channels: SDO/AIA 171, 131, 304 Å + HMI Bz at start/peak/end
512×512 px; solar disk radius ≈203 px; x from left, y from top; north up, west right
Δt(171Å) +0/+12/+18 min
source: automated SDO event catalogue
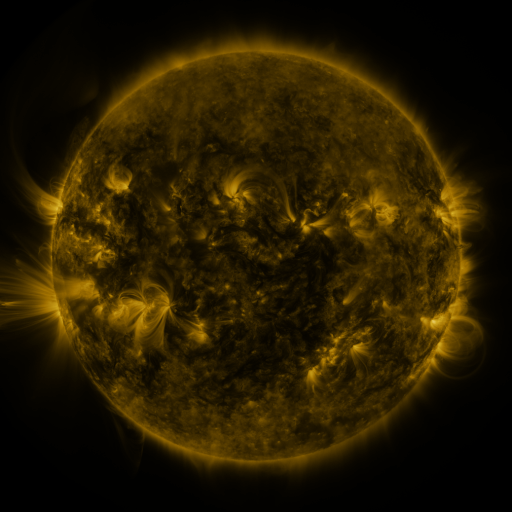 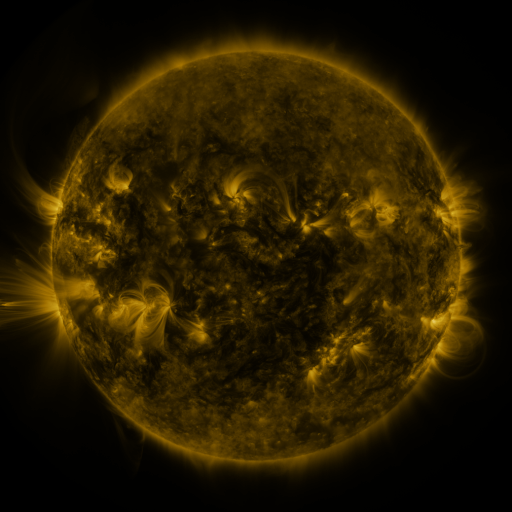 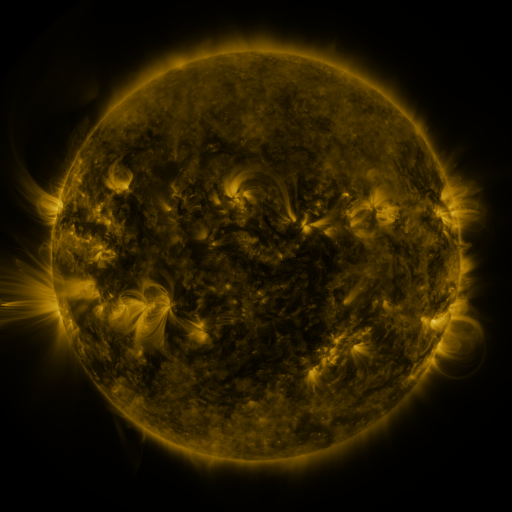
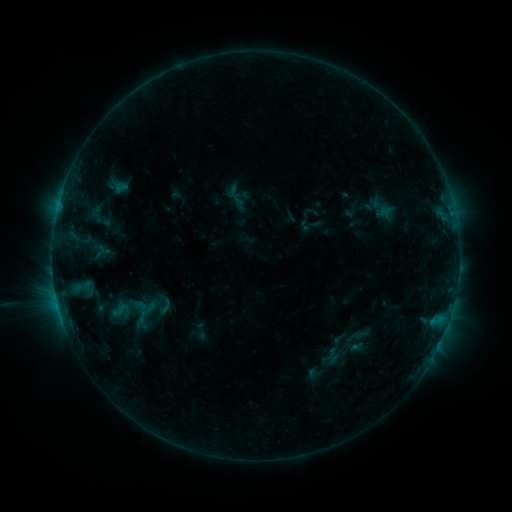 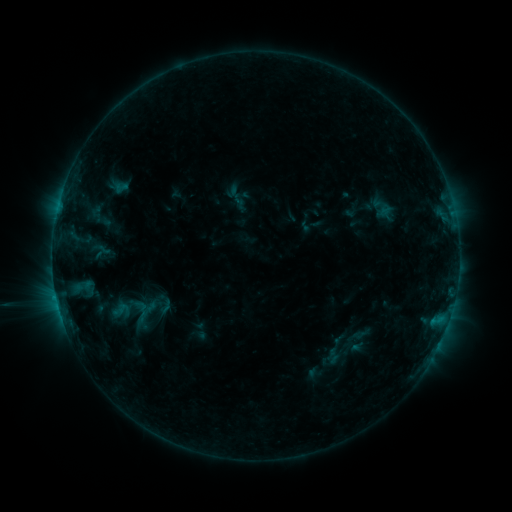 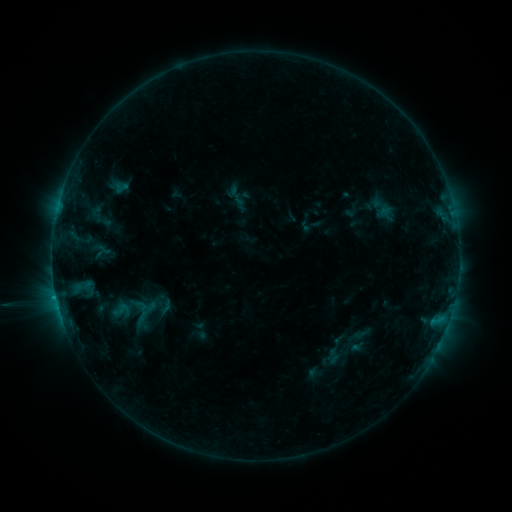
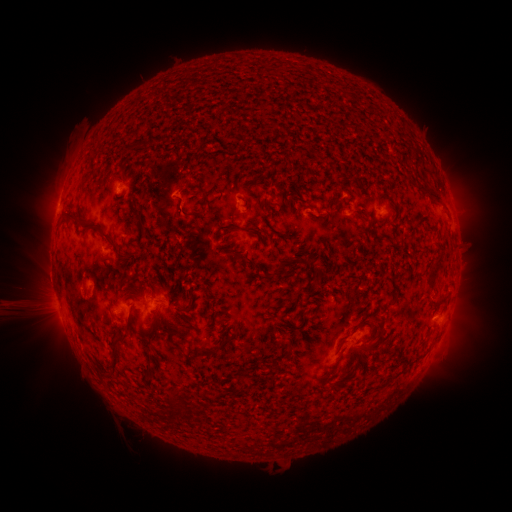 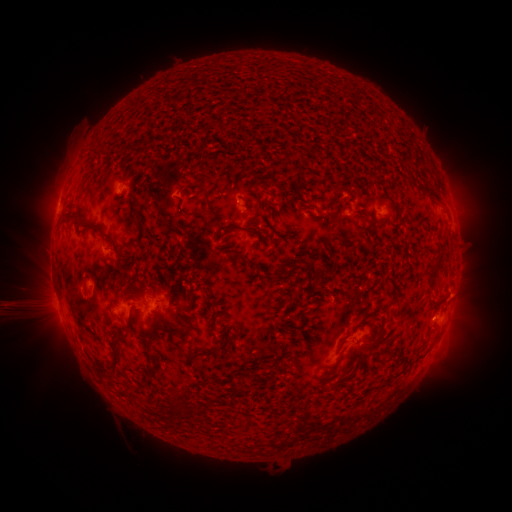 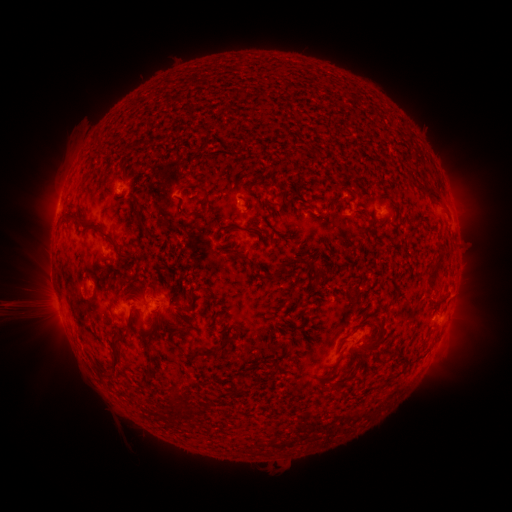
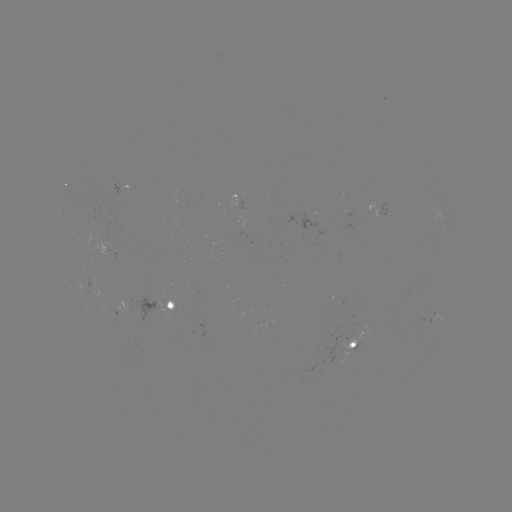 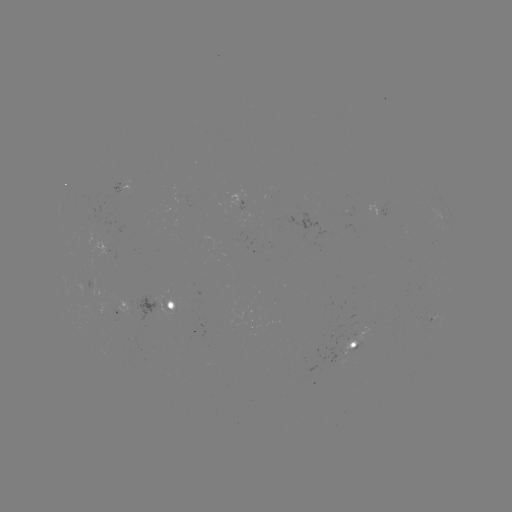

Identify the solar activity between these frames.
no flare in any classed list; no EUV-trigger detection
